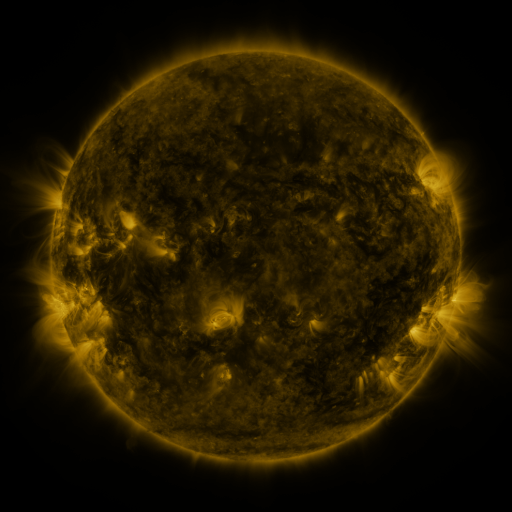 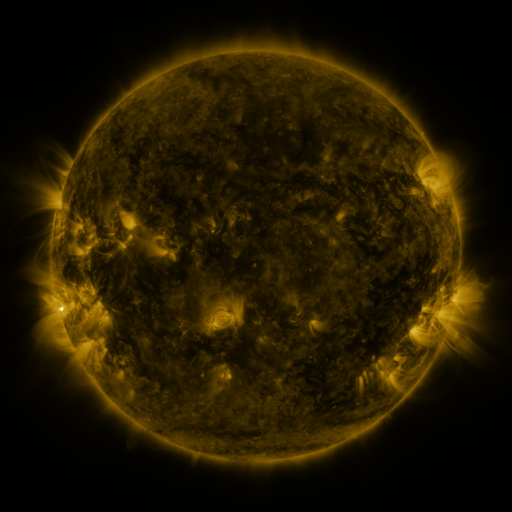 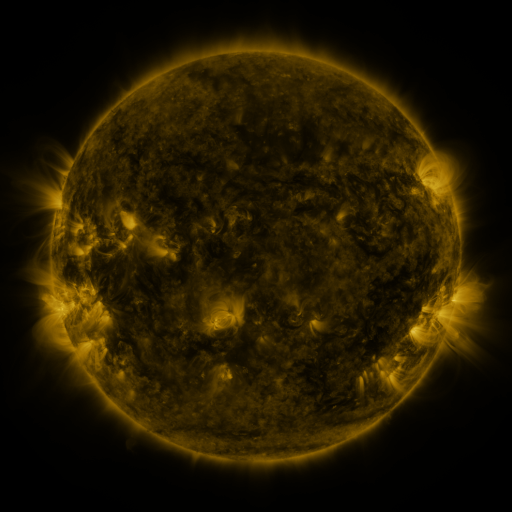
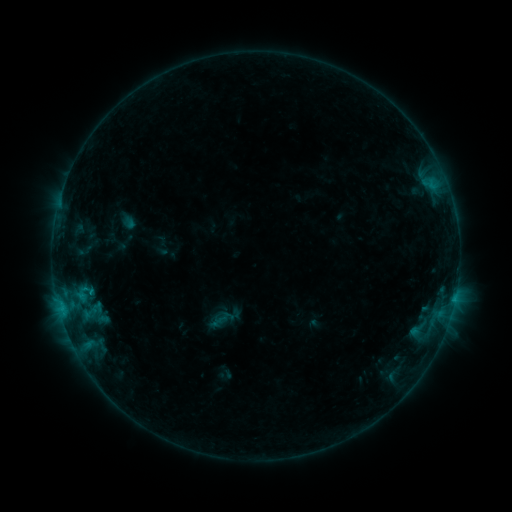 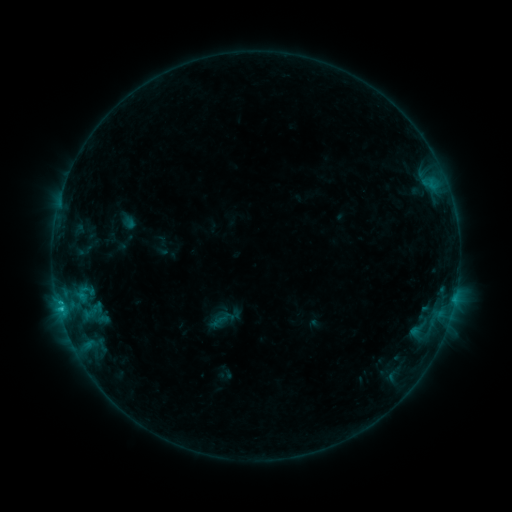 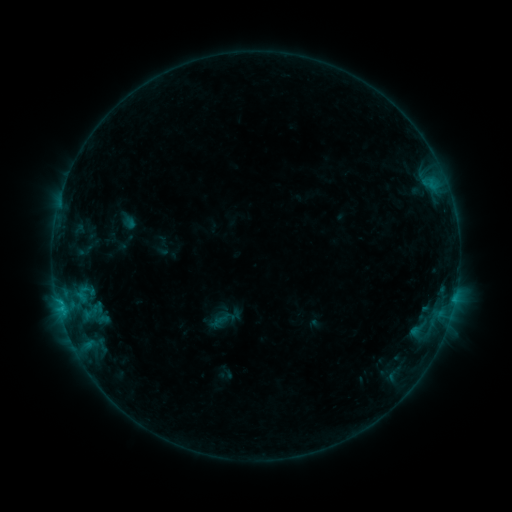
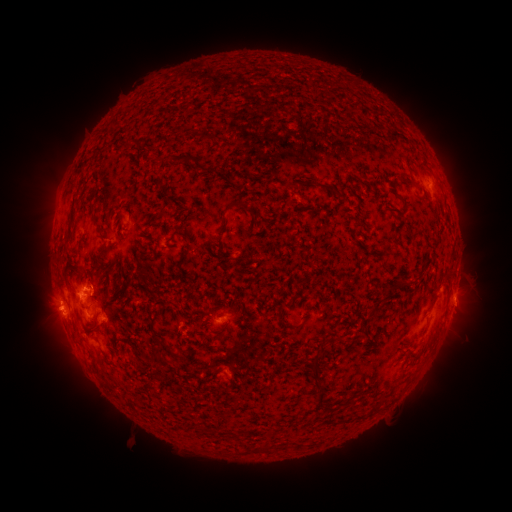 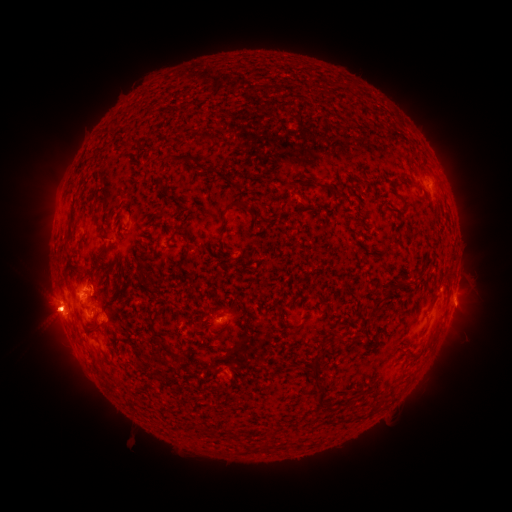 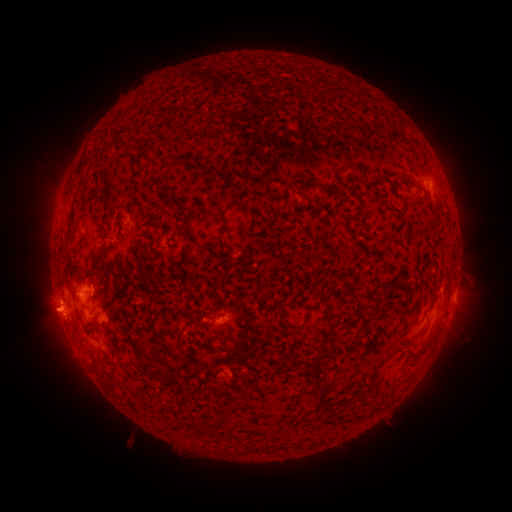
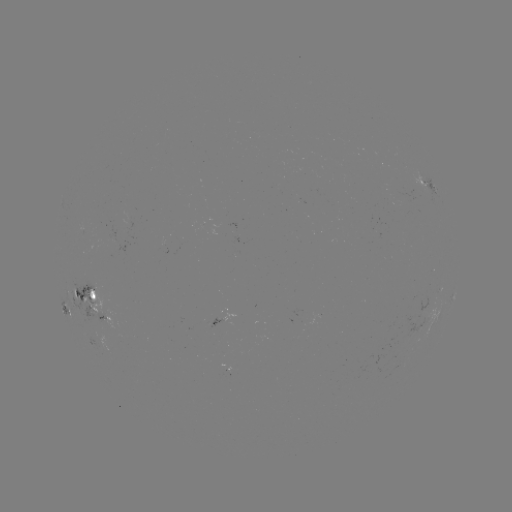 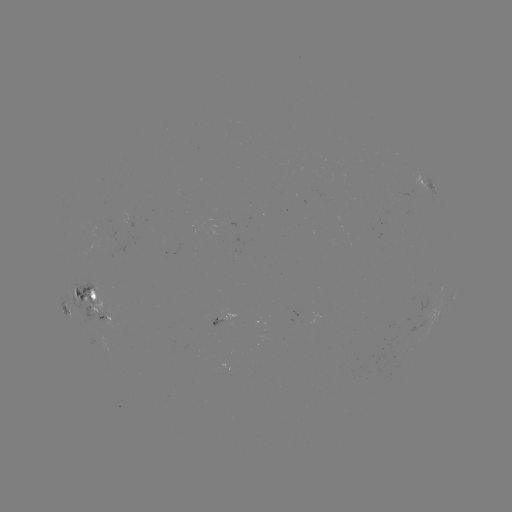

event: flare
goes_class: B8.9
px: (60, 306)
